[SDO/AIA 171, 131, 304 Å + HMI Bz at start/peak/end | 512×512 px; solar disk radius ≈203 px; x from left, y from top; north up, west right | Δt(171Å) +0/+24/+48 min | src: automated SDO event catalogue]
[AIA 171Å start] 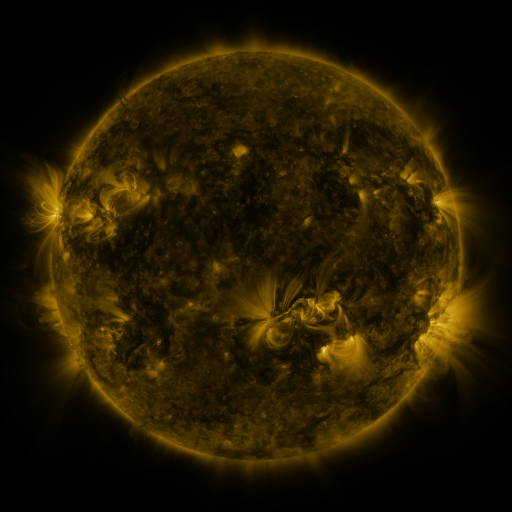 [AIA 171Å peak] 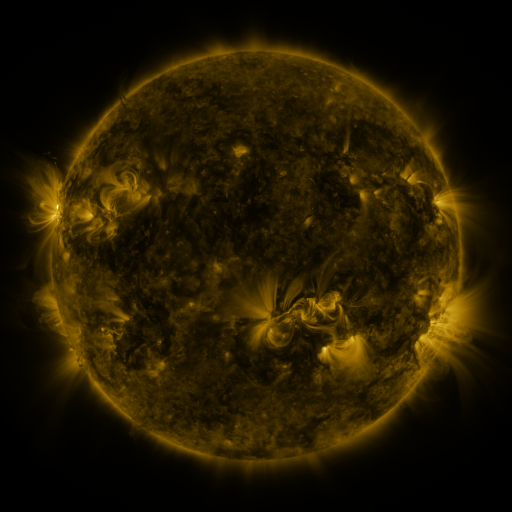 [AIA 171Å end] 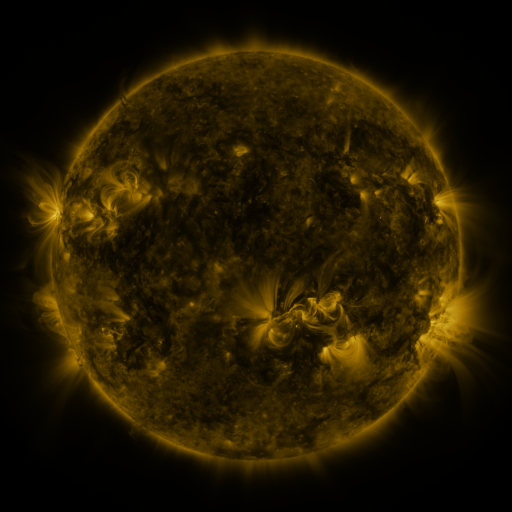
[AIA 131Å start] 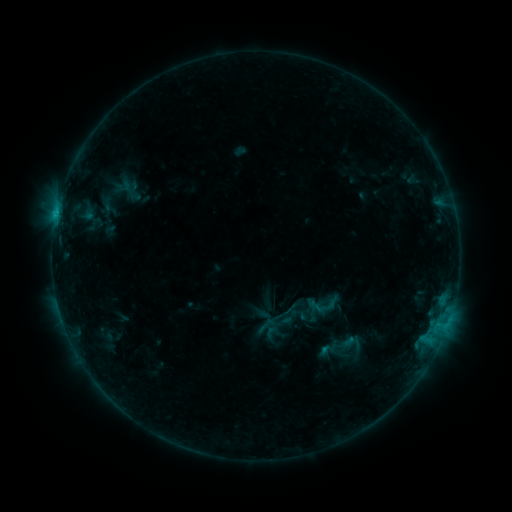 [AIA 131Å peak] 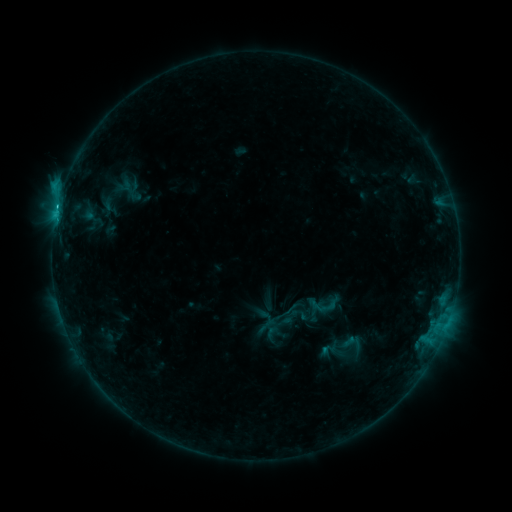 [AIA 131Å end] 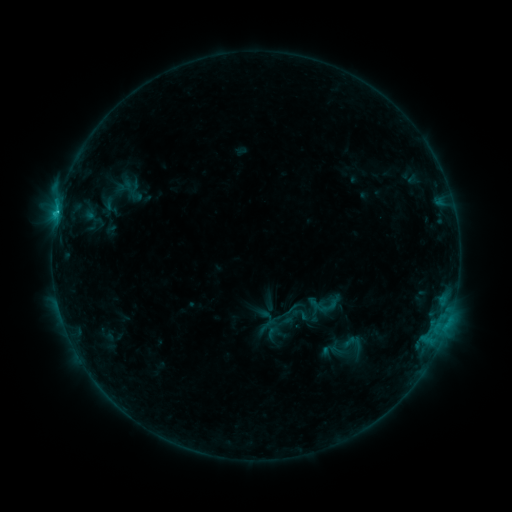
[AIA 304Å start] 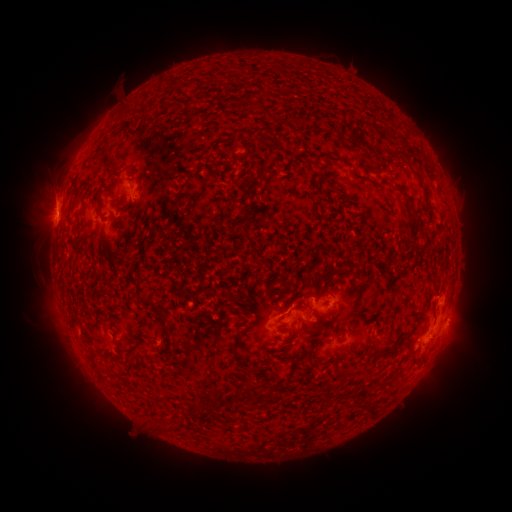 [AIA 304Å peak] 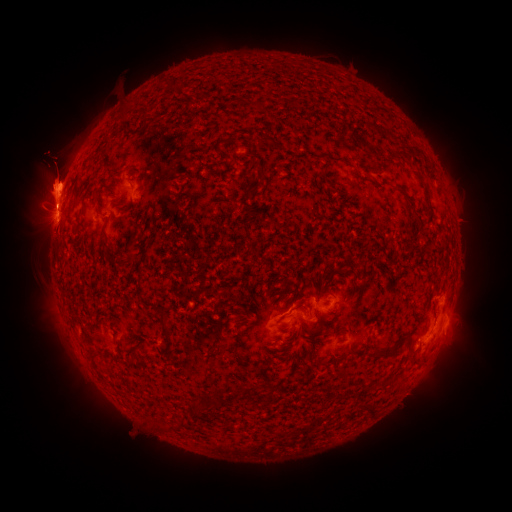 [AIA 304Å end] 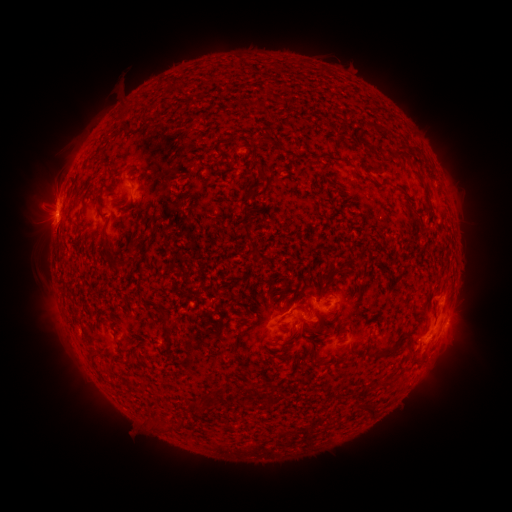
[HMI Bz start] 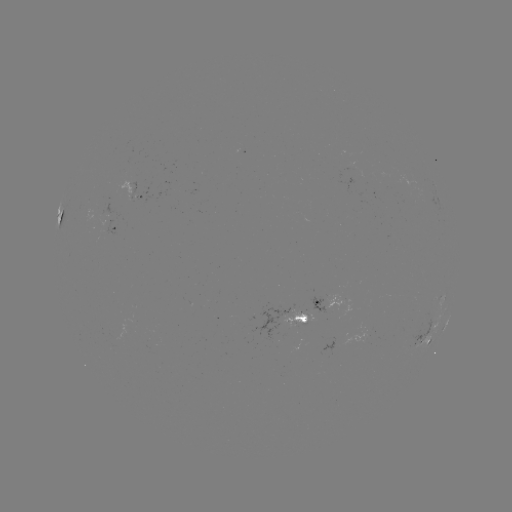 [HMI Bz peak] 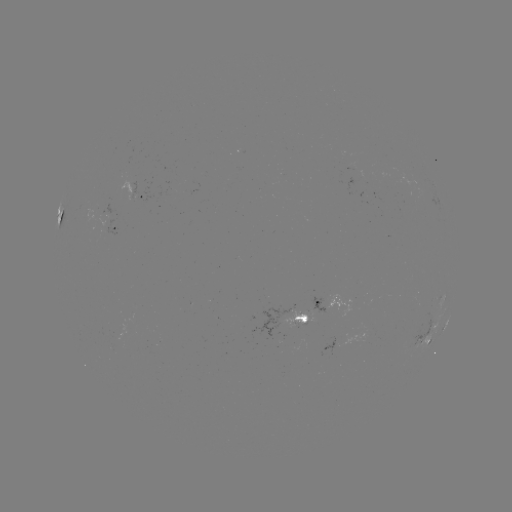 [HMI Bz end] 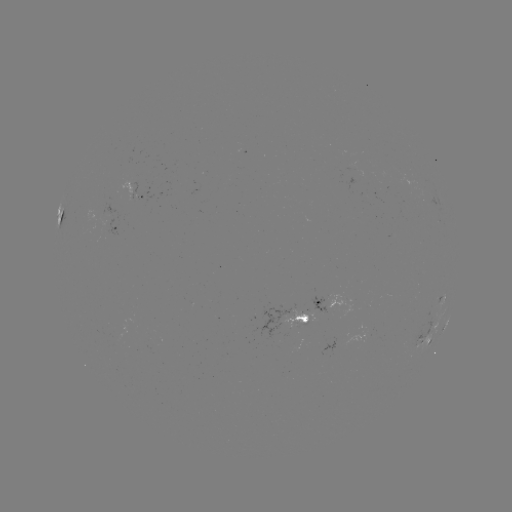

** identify eruption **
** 56,187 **